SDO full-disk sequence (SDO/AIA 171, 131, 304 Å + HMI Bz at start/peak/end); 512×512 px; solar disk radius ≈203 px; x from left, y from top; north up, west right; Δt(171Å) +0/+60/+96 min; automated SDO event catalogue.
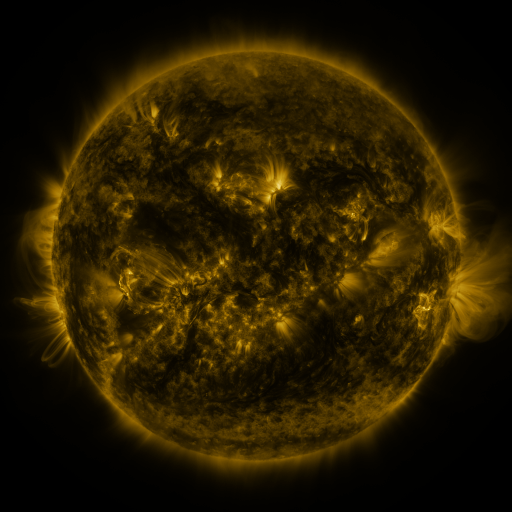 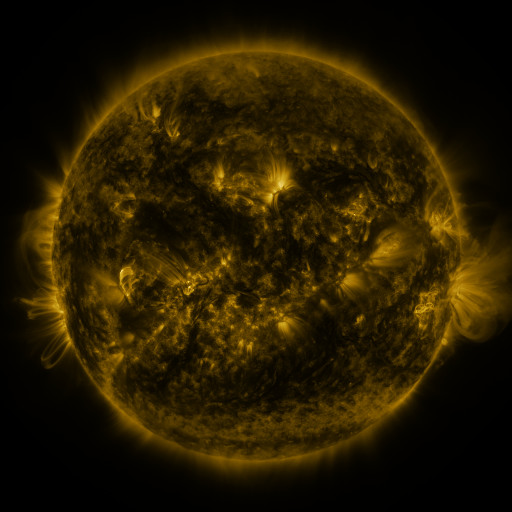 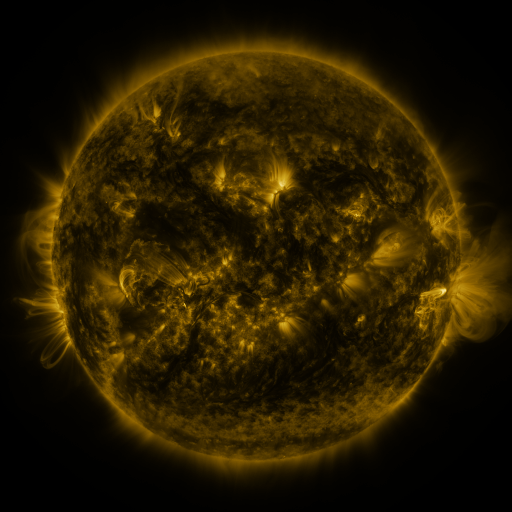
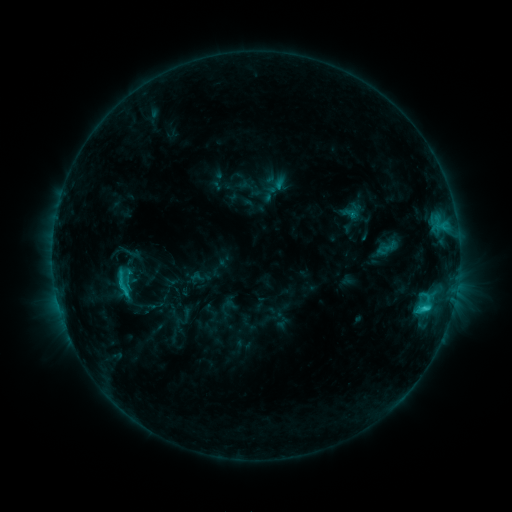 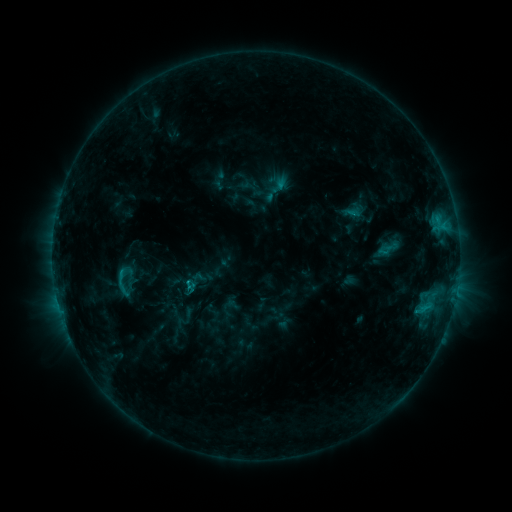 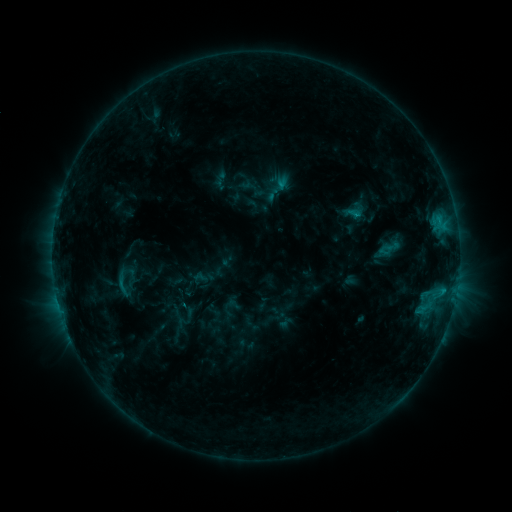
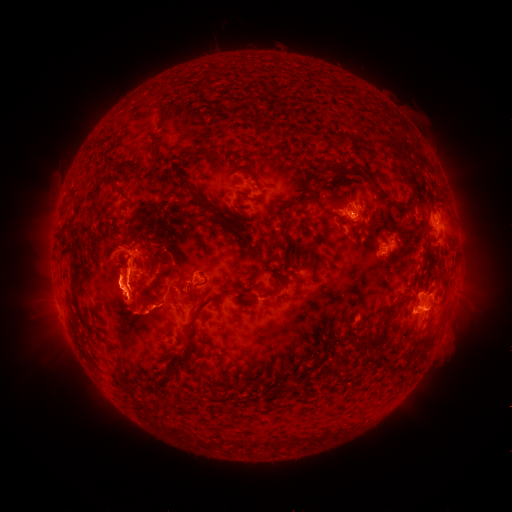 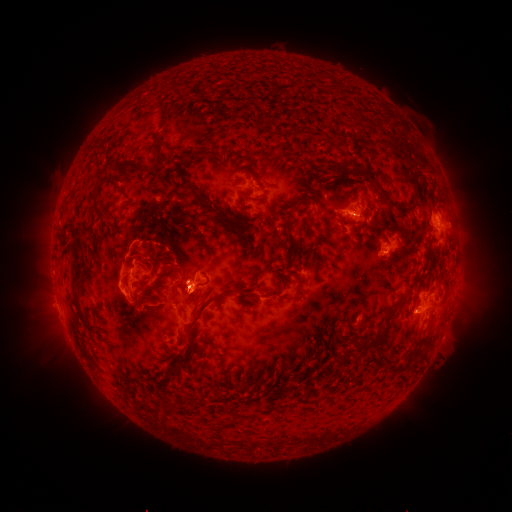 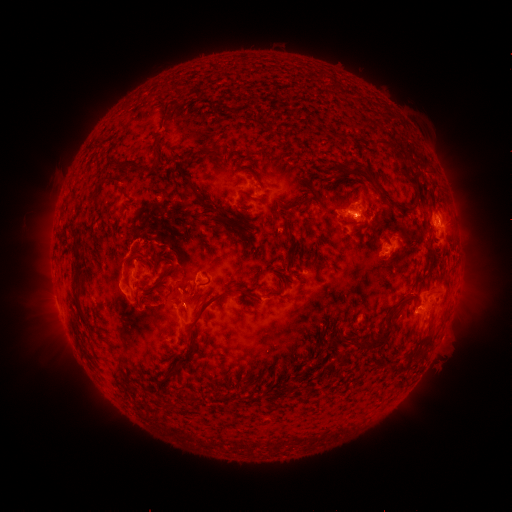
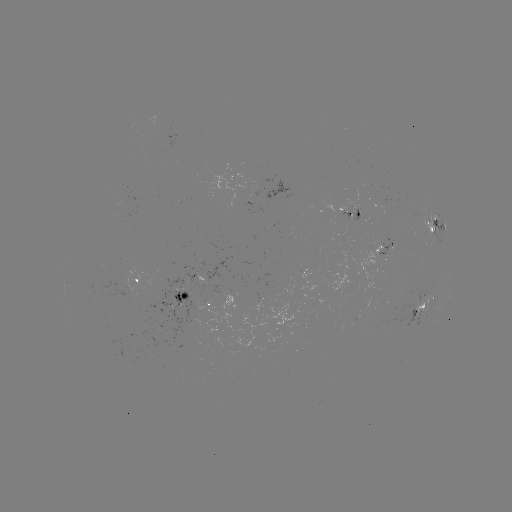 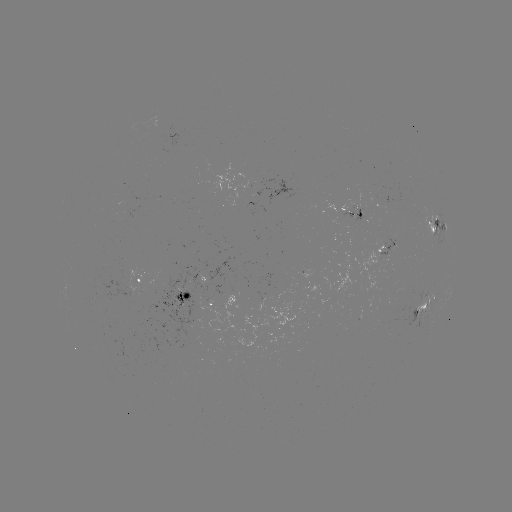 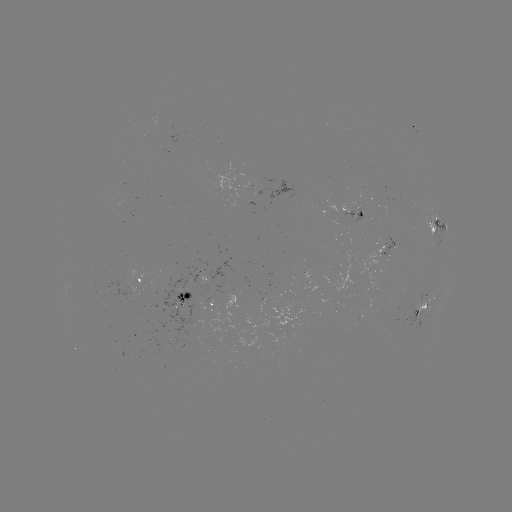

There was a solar emerging-flux region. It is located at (191, 313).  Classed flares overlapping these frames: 1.